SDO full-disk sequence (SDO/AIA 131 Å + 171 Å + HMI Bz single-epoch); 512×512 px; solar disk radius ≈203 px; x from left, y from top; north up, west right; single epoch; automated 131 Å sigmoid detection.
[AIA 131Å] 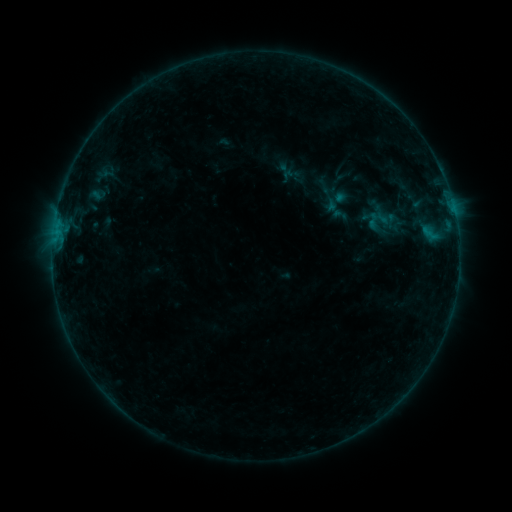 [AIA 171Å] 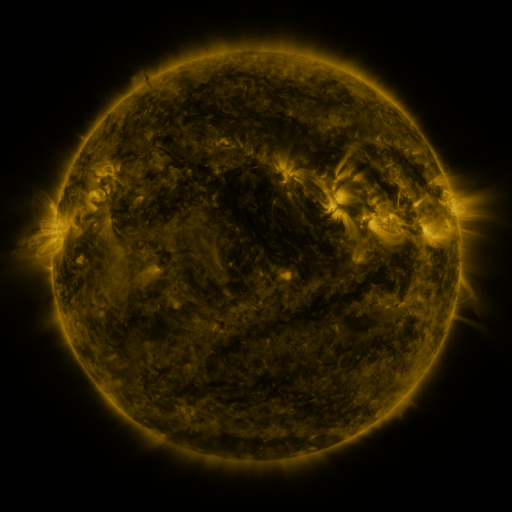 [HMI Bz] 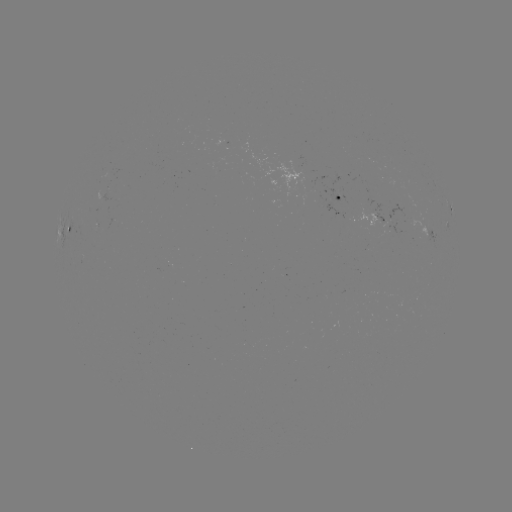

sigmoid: [364, 210, 382, 231]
